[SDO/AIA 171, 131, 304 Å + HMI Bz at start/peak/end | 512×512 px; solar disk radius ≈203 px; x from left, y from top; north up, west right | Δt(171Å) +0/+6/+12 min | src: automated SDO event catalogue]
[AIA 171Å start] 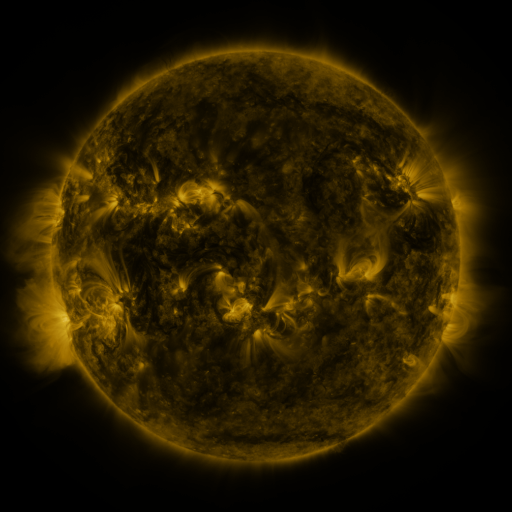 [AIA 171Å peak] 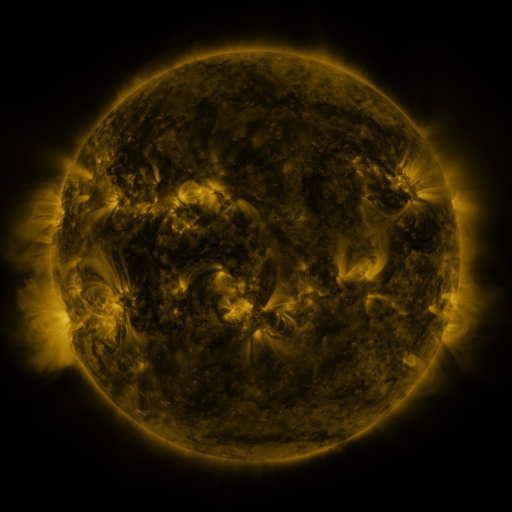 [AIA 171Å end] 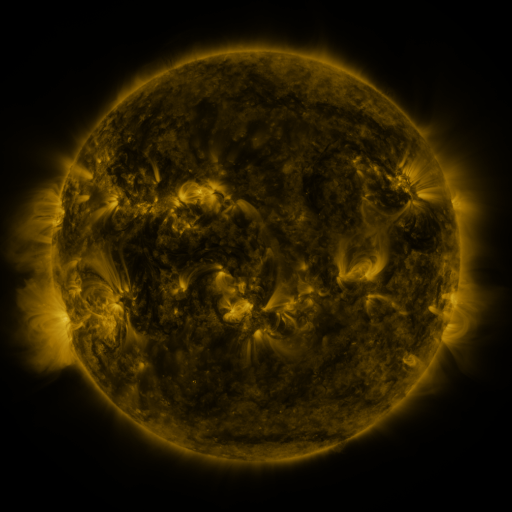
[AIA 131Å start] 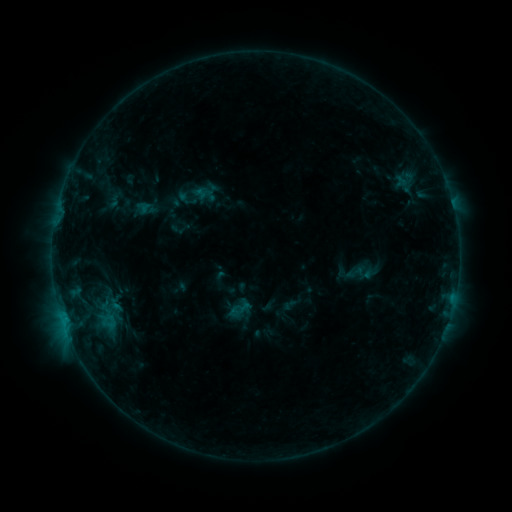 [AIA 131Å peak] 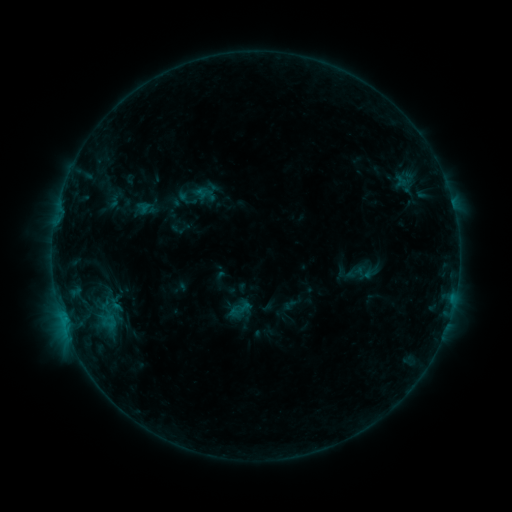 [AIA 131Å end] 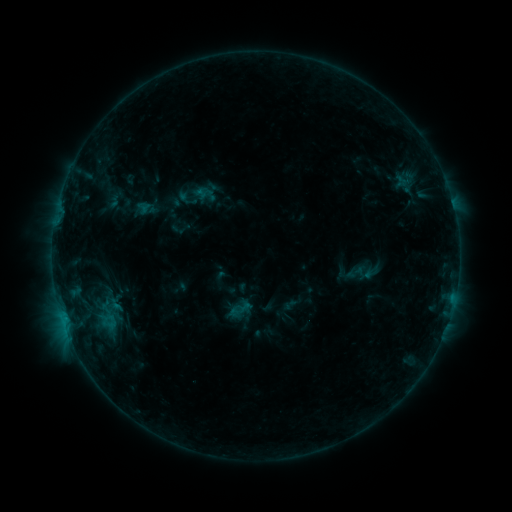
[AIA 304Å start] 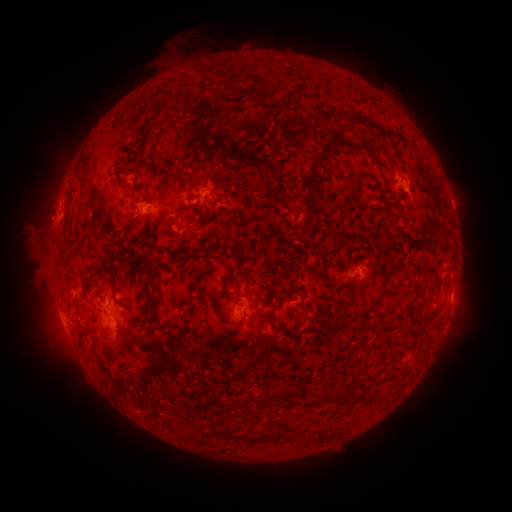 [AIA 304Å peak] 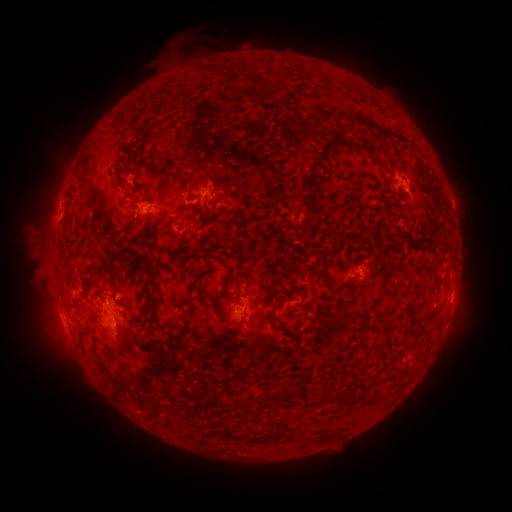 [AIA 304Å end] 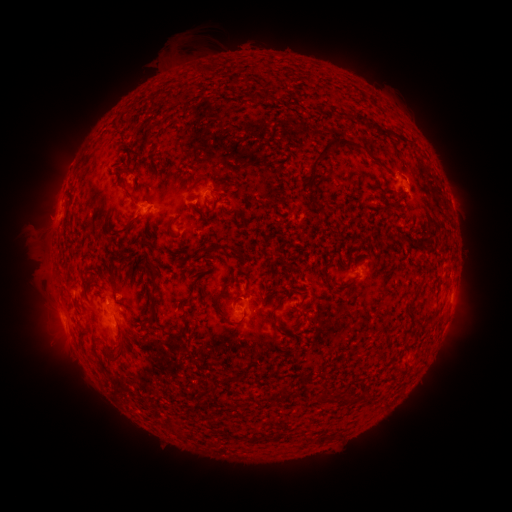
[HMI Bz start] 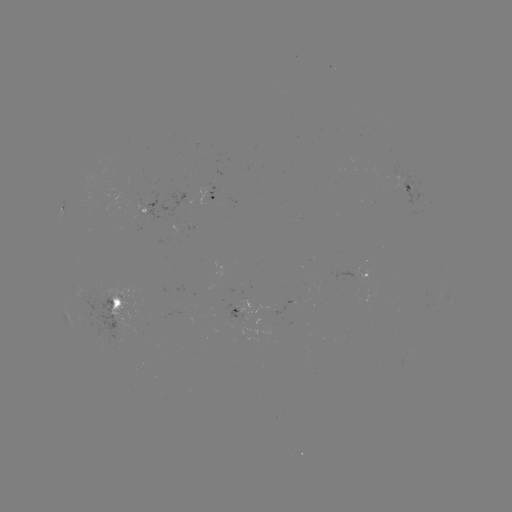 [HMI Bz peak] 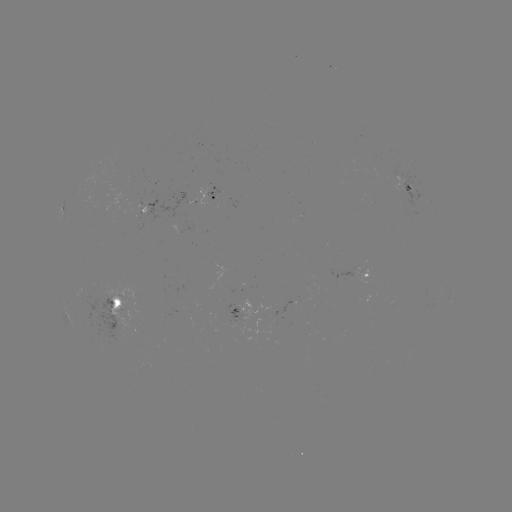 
nothing was catalogued: no classed flare, no EUV trigger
